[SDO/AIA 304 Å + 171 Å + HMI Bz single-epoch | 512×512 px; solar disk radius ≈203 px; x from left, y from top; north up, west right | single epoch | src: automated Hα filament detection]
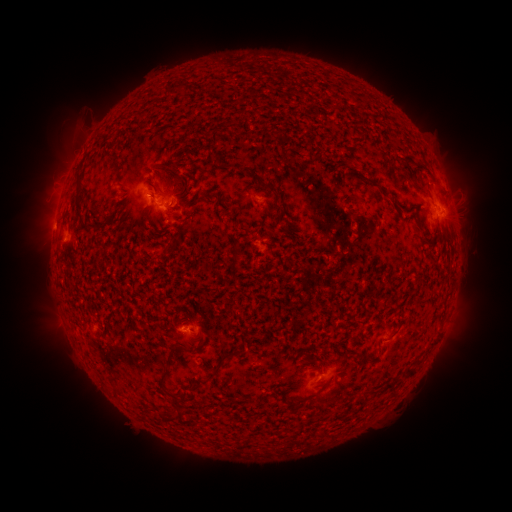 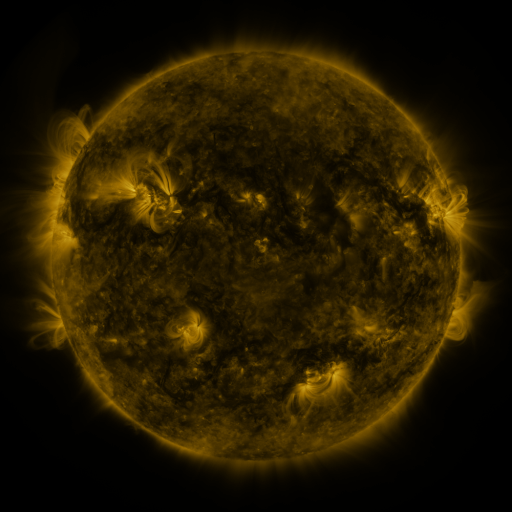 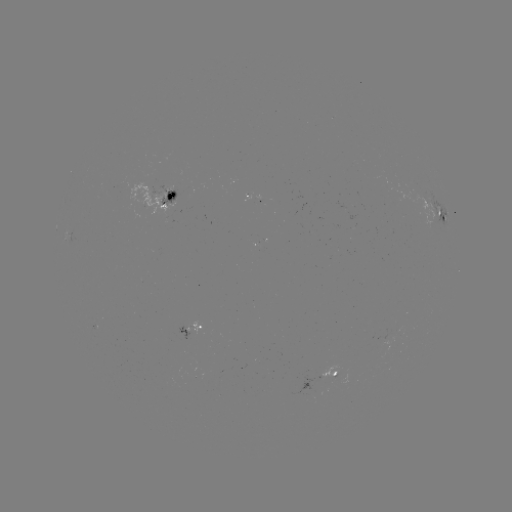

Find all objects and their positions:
filament: <bbox>209, 126, 219, 145</bbox>
filament: <bbox>400, 163, 414, 179</bbox>
filament: <bbox>74, 172, 82, 191</bbox>
filament: <bbox>255, 177, 275, 192</bbox>
filament: <bbox>366, 178, 378, 187</bbox>
filament: <bbox>74, 193, 84, 221</bbox>
filament: <bbox>81, 222, 92, 230</bbox>
filament: <bbox>231, 242, 240, 252</bbox>
filament: <bbox>161, 246, 169, 258</bbox>
filament: <bbox>392, 325, 400, 336</bbox>
filament: <bbox>184, 343, 195, 351</bbox>
filament: <bbox>212, 349, 240, 375</bbox>
filament: <bbox>165, 358, 175, 365</bbox>
filament: <bbox>403, 365, 416, 377</bbox>
filament: <bbox>158, 370, 169, 396</bbox>
filament: <bbox>385, 379, 396, 389</bbox>
filament: <bbox>294, 381, 328, 406</bbox>
filament: <bbox>169, 397, 181, 407</bbox>
filament: <bbox>168, 407, 187, 420</bbox>
